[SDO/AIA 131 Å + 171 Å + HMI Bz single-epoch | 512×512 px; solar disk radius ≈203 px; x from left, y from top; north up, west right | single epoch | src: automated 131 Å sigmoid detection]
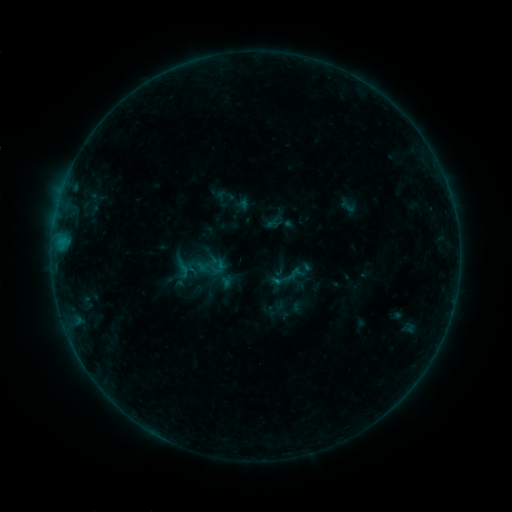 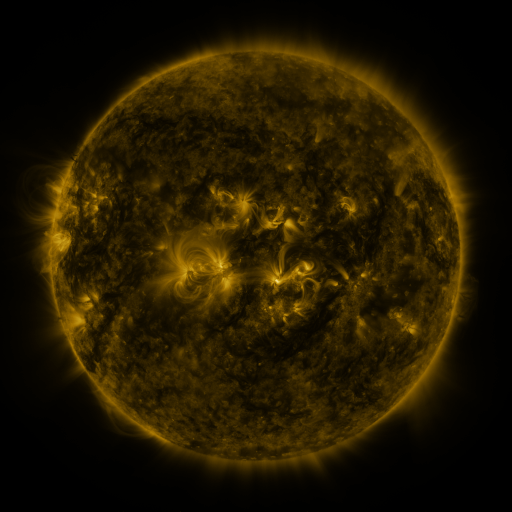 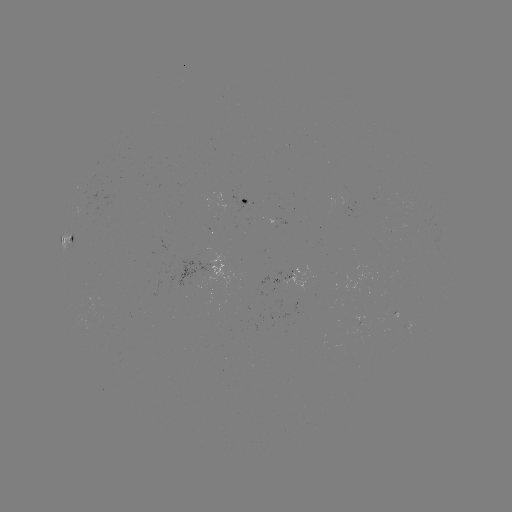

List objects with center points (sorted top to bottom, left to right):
sigmoid: (212, 267)
sigmoid: (279, 268)
